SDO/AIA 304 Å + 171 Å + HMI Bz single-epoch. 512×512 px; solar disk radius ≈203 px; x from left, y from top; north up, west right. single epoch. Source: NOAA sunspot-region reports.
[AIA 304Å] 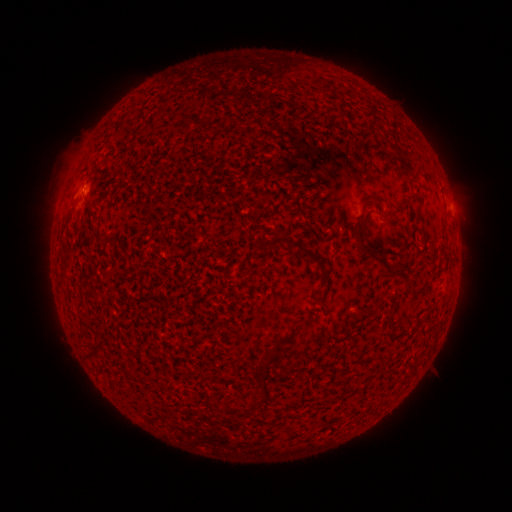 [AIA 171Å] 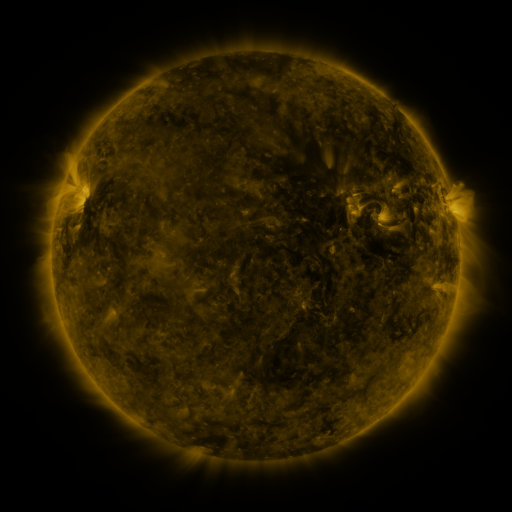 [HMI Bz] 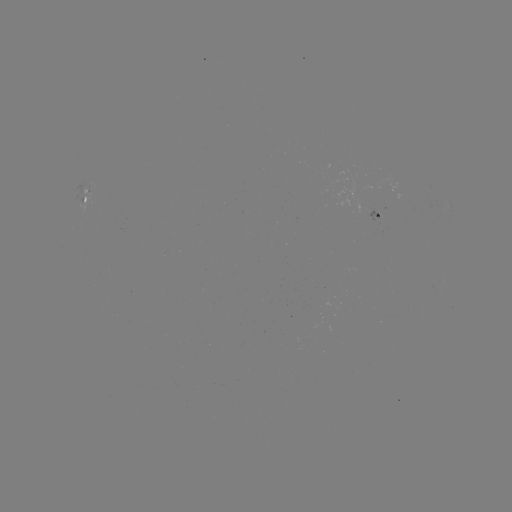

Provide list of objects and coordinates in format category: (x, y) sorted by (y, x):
spotted active region: (87, 199)
spotted active region: (452, 207)
spotted active region: (378, 215)
